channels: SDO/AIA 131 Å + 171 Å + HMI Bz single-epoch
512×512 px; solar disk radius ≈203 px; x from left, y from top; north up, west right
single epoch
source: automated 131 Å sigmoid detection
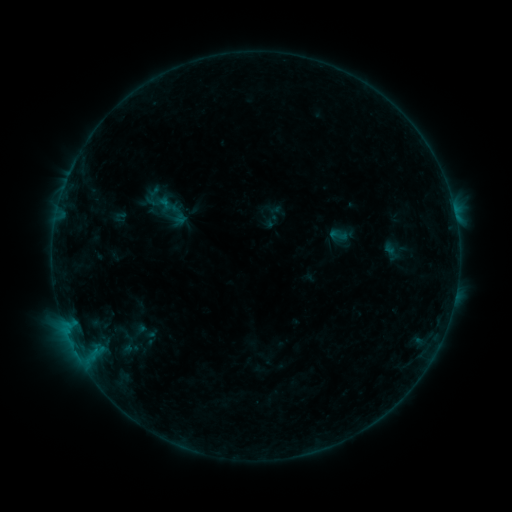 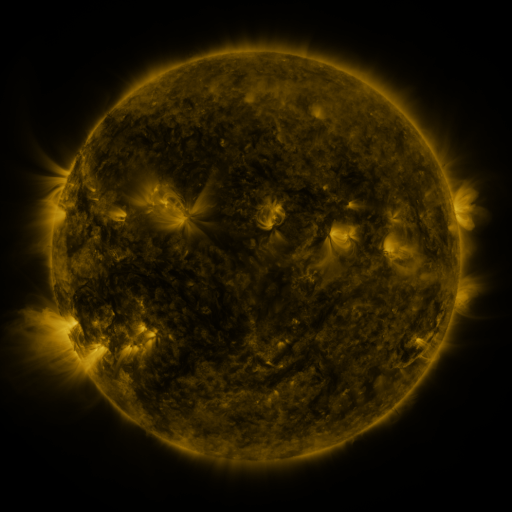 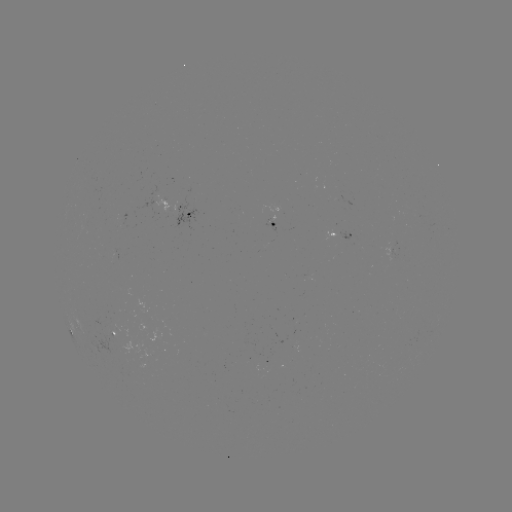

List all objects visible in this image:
sigmoid: (119, 217)
